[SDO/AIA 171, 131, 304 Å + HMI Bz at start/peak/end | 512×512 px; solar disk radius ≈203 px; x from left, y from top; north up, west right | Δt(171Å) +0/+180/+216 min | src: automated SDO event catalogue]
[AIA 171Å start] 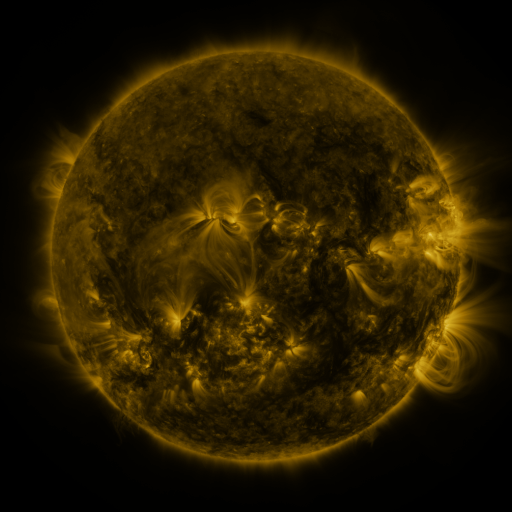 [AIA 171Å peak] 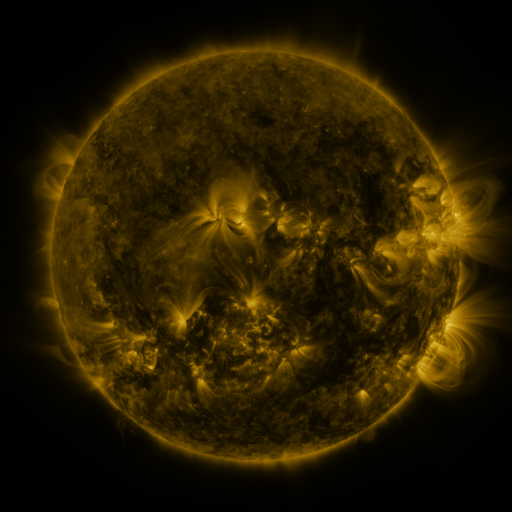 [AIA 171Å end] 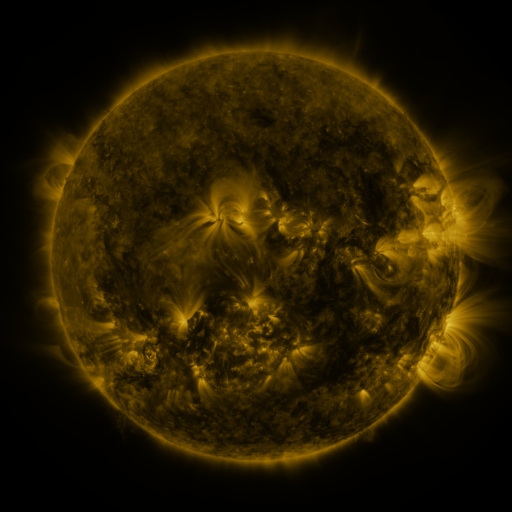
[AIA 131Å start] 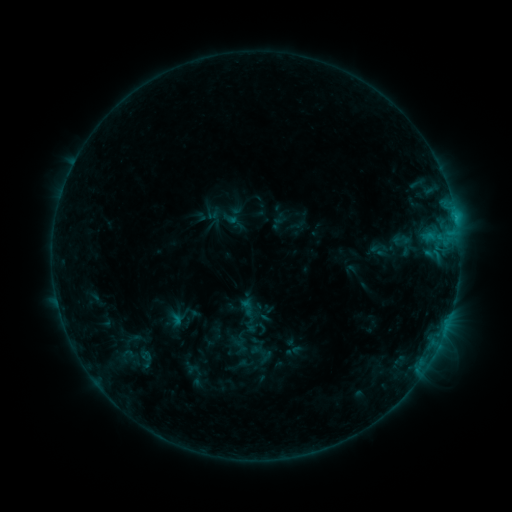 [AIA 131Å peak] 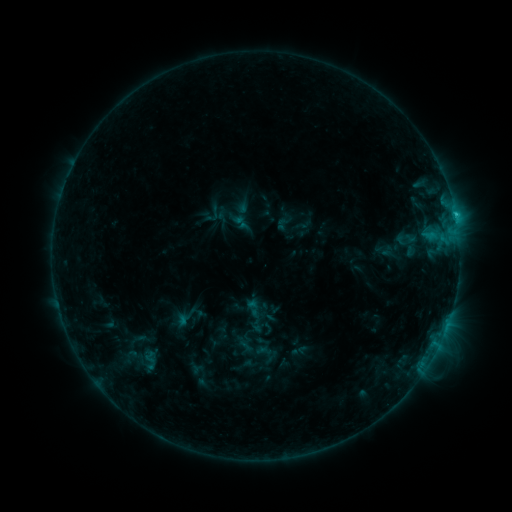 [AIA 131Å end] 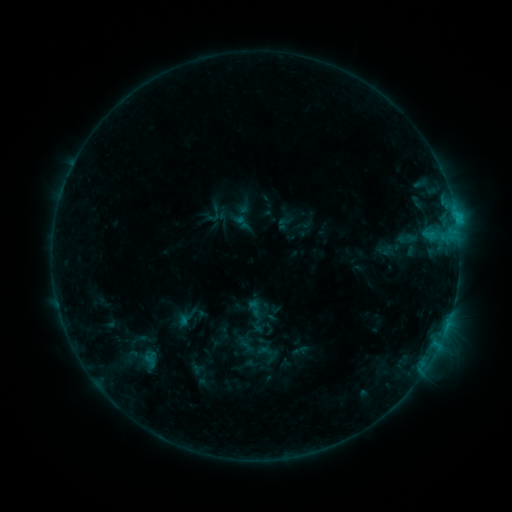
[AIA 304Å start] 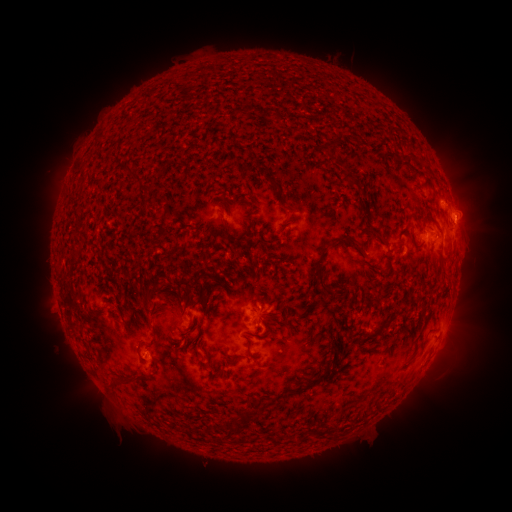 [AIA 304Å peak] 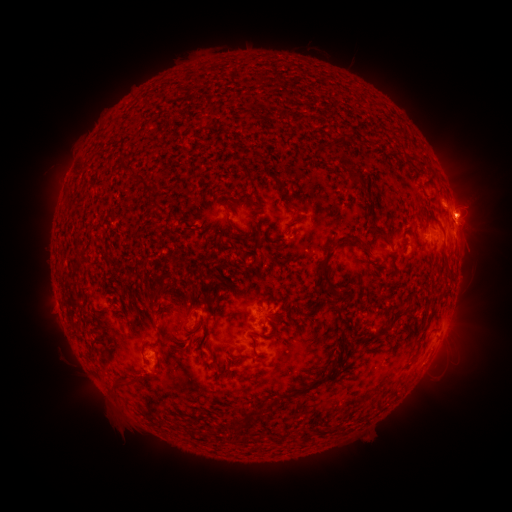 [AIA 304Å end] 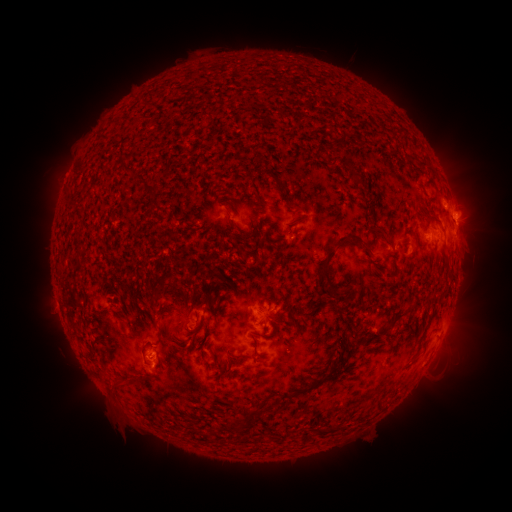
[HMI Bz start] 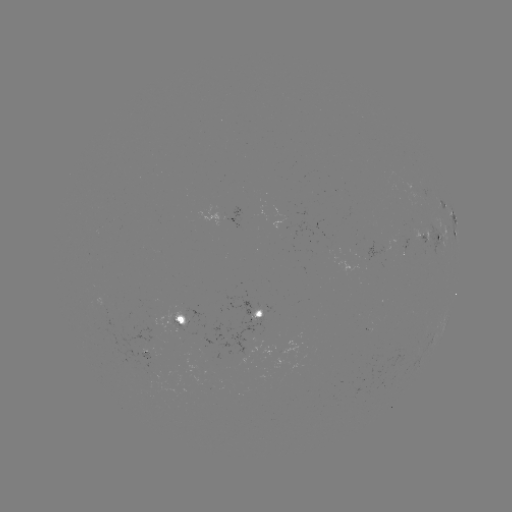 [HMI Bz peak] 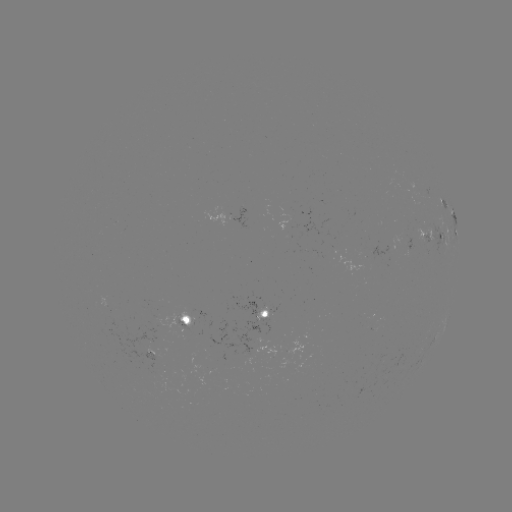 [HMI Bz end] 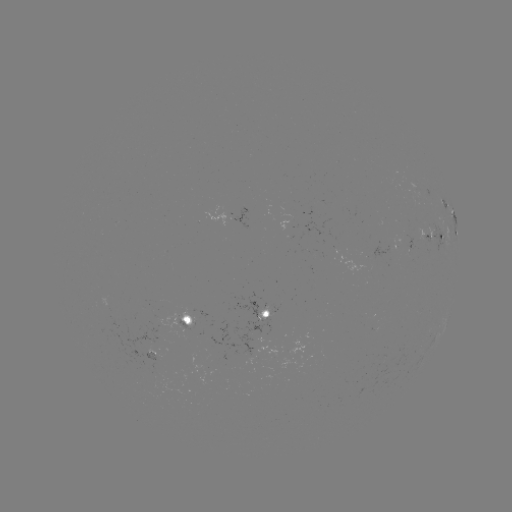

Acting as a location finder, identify emerging-flux region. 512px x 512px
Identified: (405, 239).